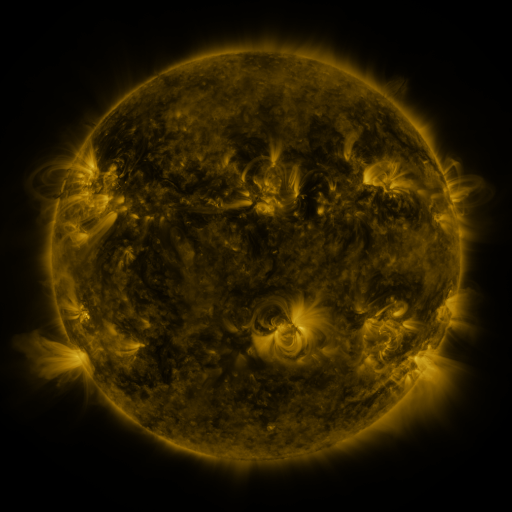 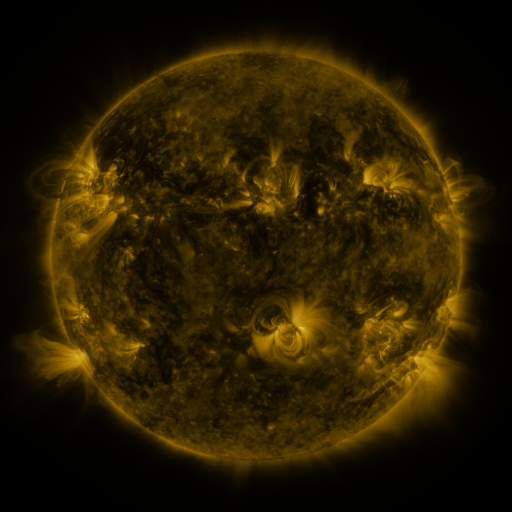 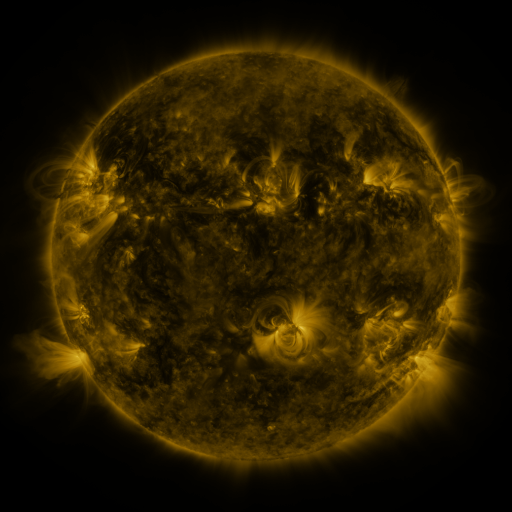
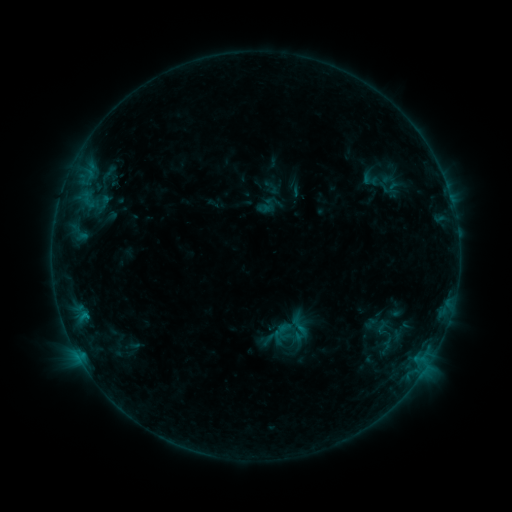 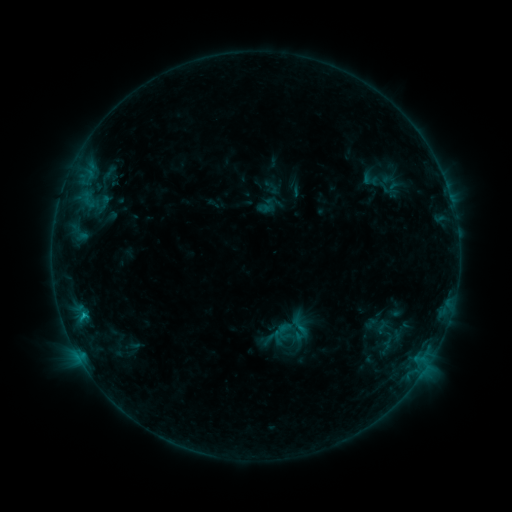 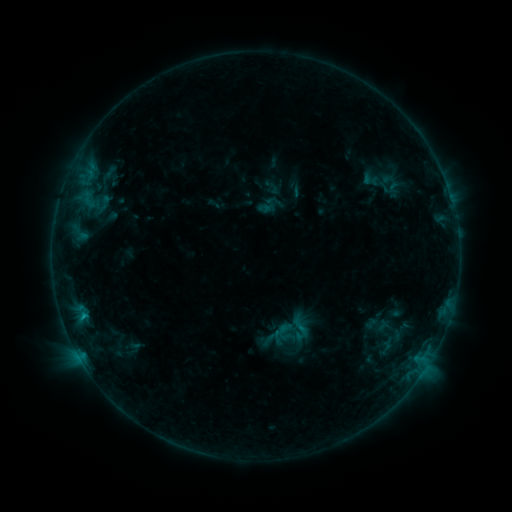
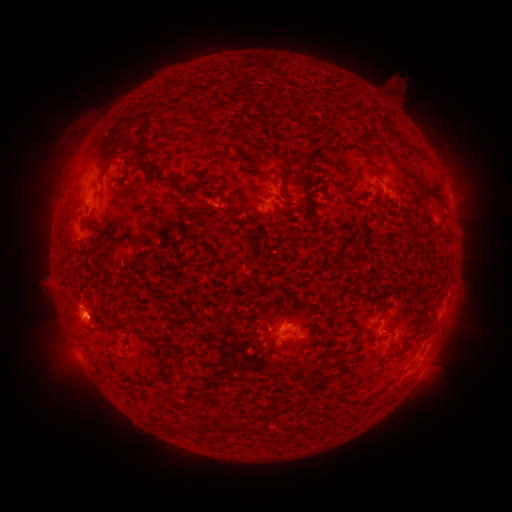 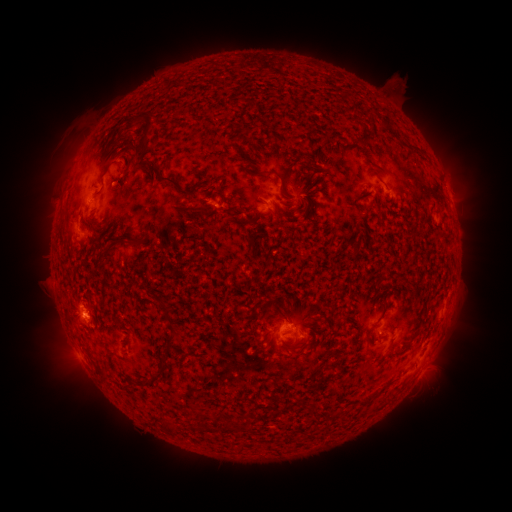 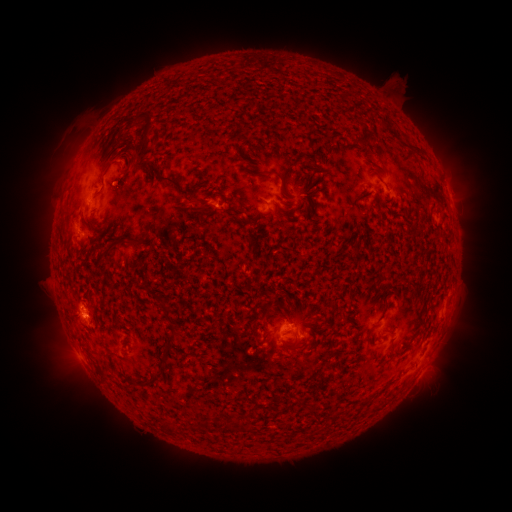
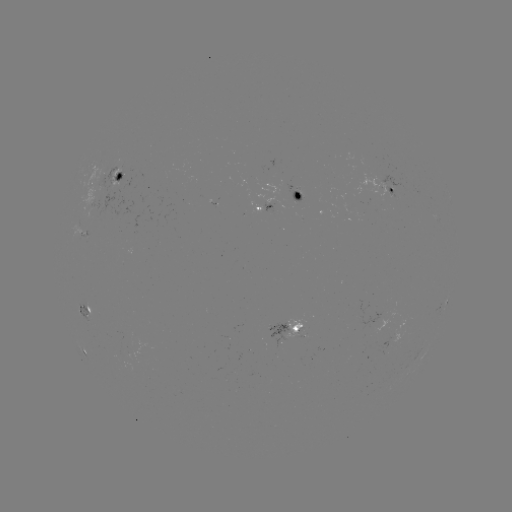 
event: flare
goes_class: B6.1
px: (84, 315)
